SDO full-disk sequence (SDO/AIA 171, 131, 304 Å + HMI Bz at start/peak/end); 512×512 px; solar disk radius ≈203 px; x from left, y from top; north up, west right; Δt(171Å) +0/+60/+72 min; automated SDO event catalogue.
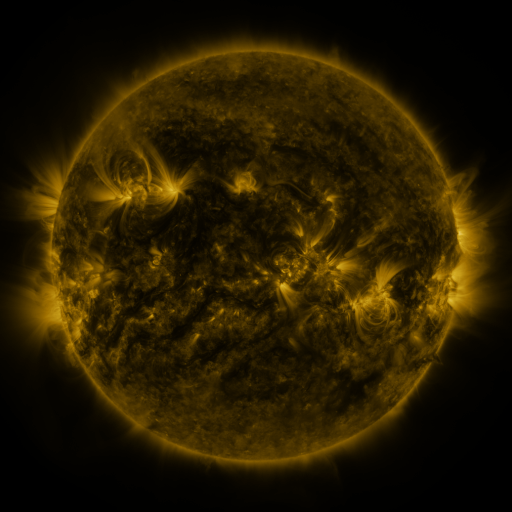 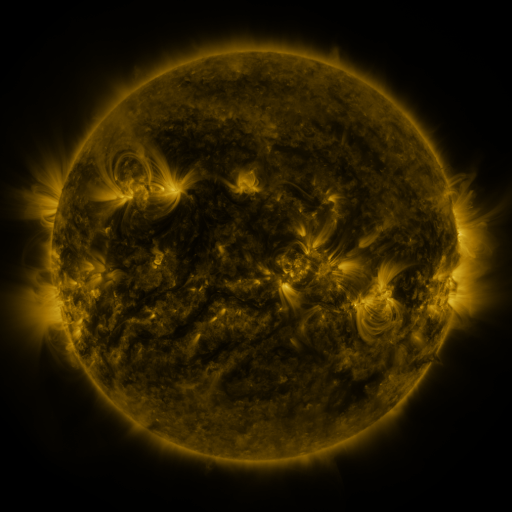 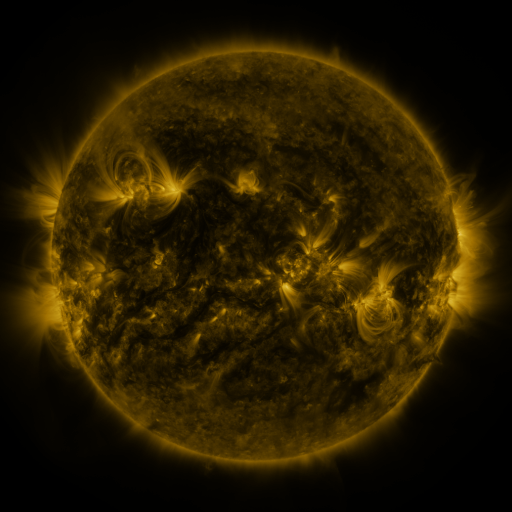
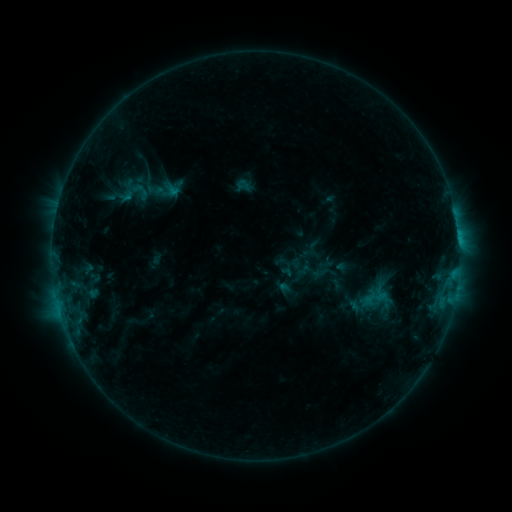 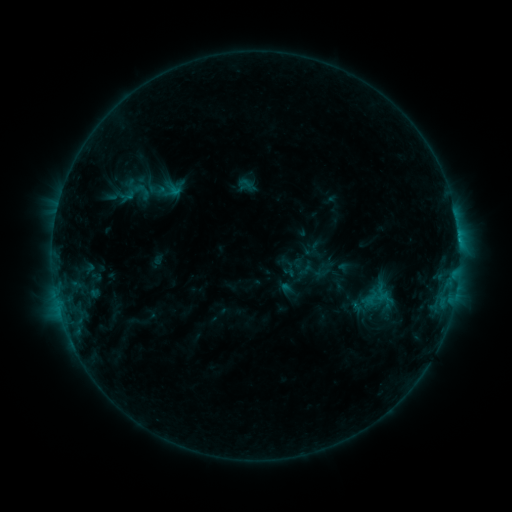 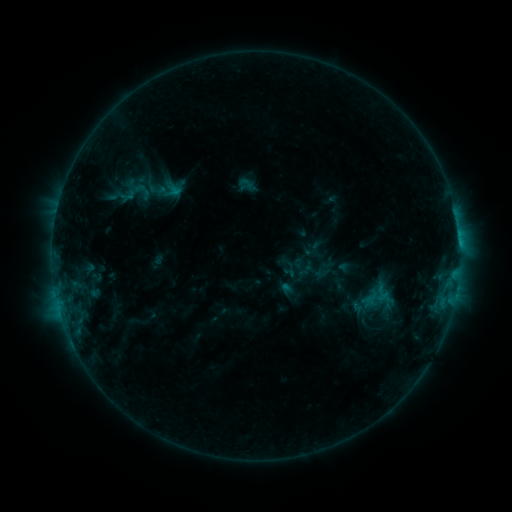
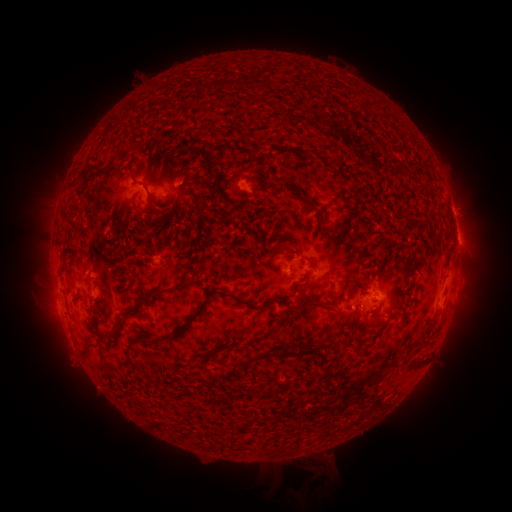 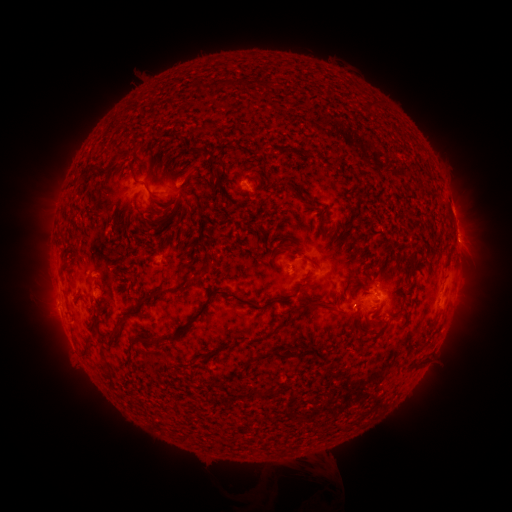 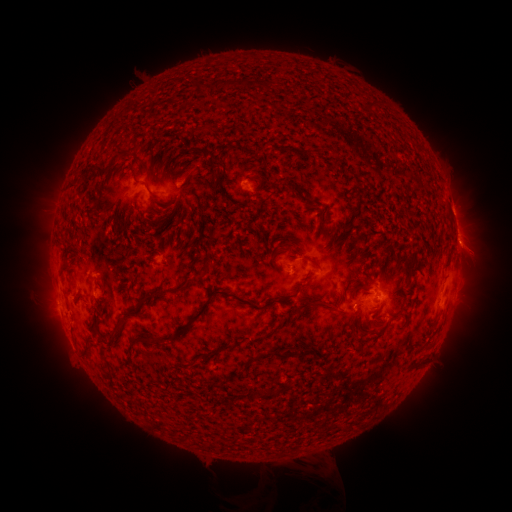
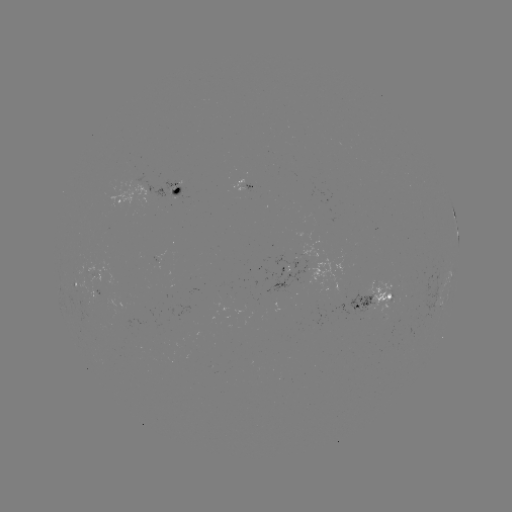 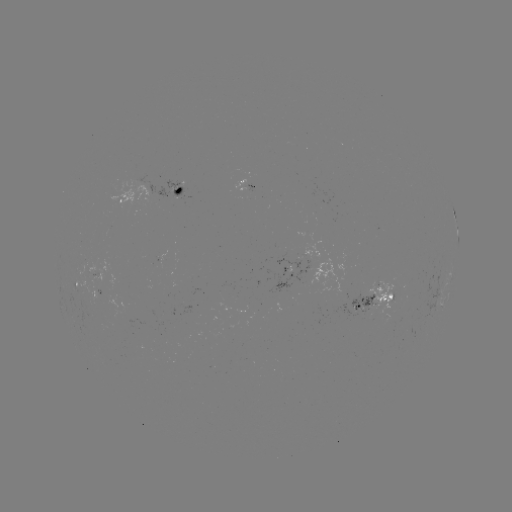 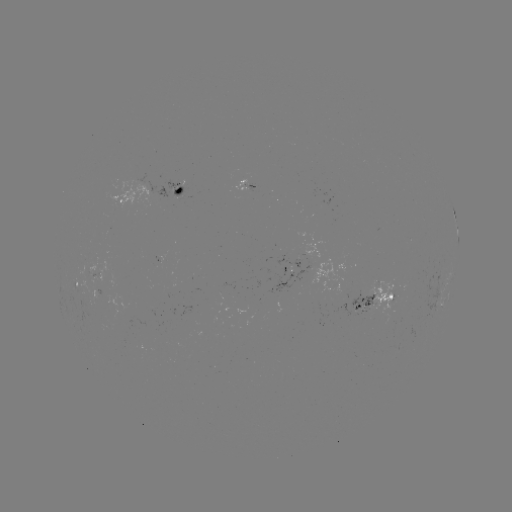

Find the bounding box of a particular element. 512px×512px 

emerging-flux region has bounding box [350, 292, 375, 316].